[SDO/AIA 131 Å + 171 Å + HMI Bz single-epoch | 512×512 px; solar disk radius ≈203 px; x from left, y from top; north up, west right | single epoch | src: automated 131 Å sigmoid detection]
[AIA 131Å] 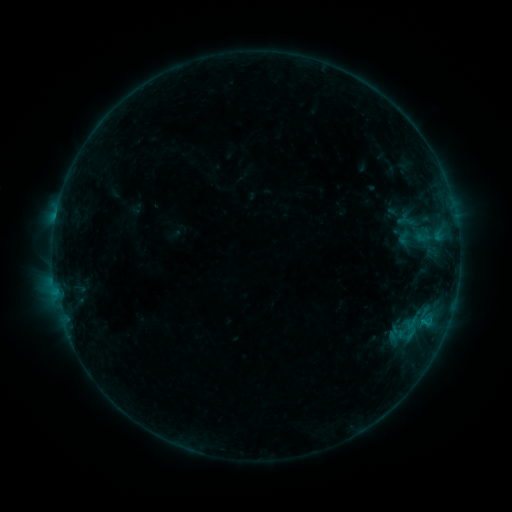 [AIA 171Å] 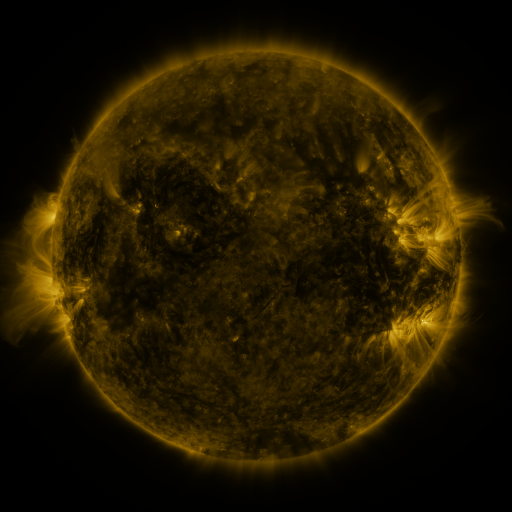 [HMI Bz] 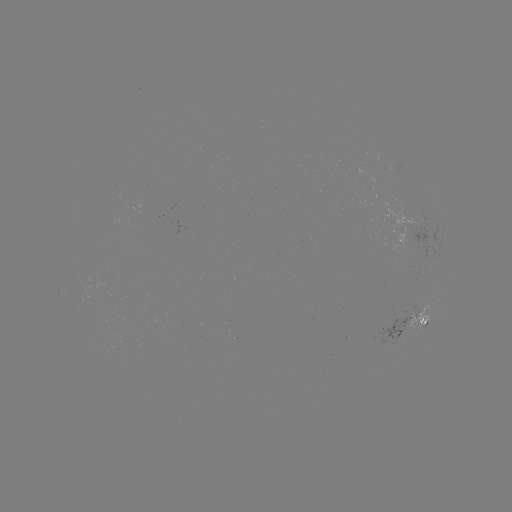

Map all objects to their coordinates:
sigmoid: <bbox>394, 229, 413, 248</bbox>
